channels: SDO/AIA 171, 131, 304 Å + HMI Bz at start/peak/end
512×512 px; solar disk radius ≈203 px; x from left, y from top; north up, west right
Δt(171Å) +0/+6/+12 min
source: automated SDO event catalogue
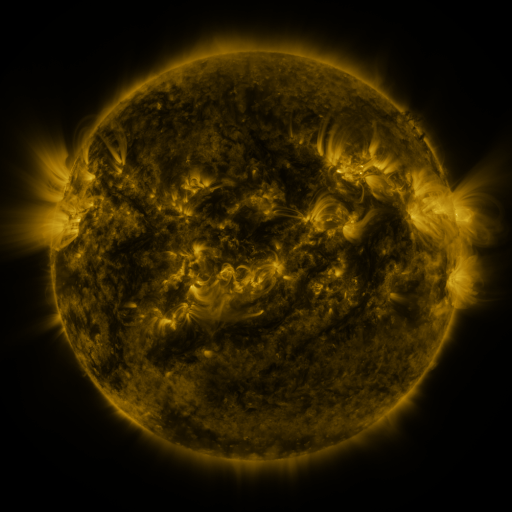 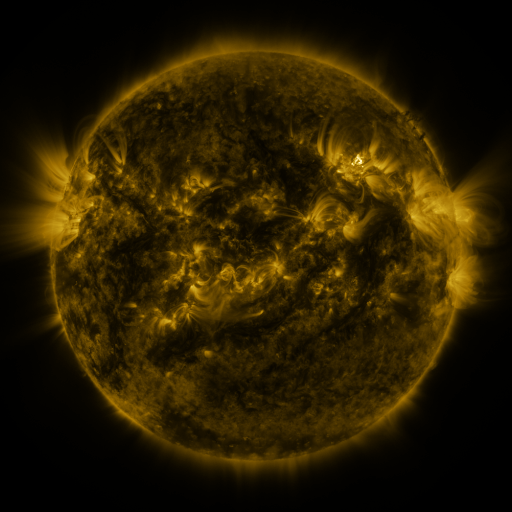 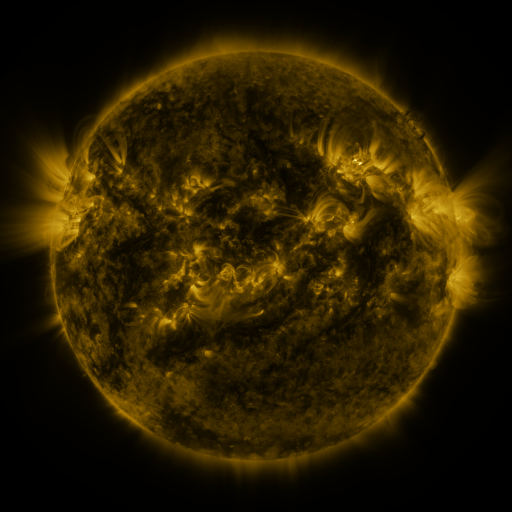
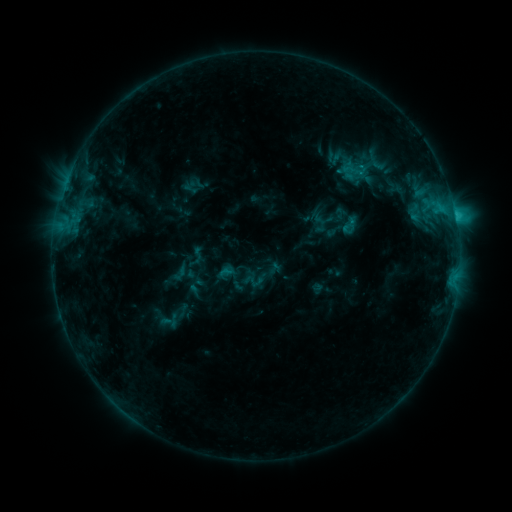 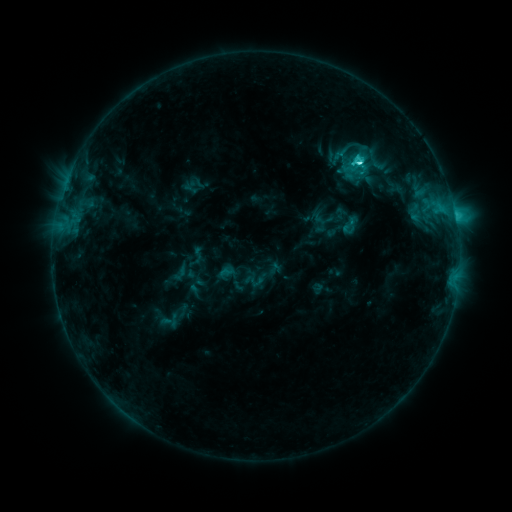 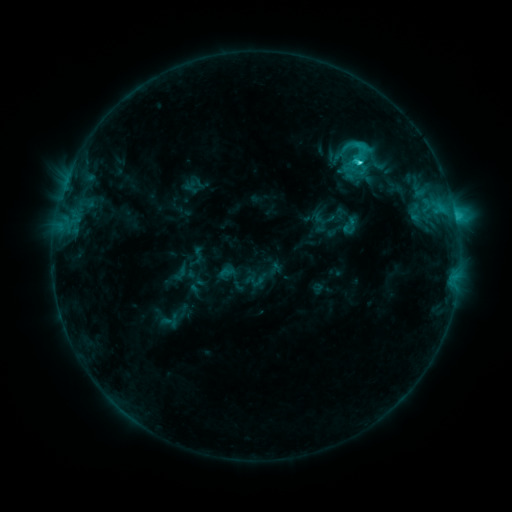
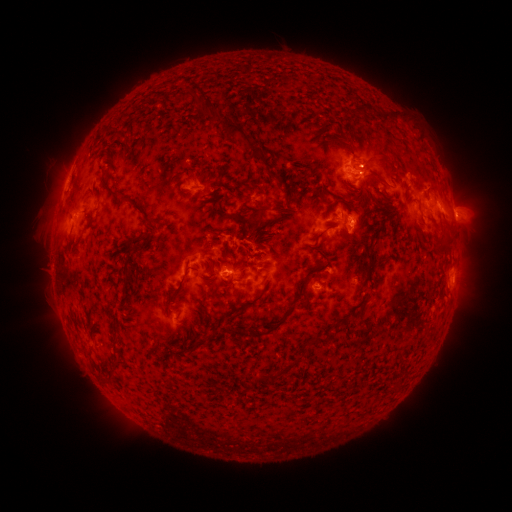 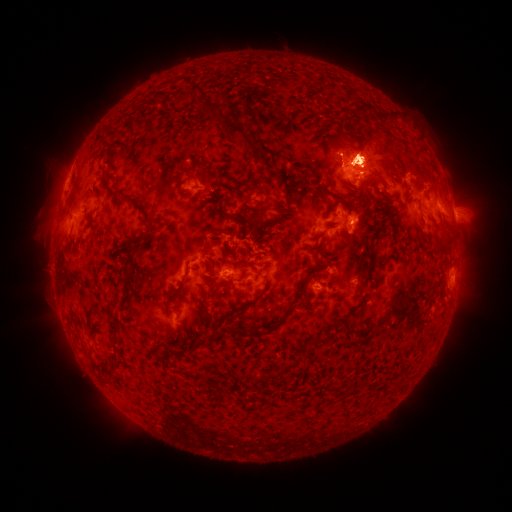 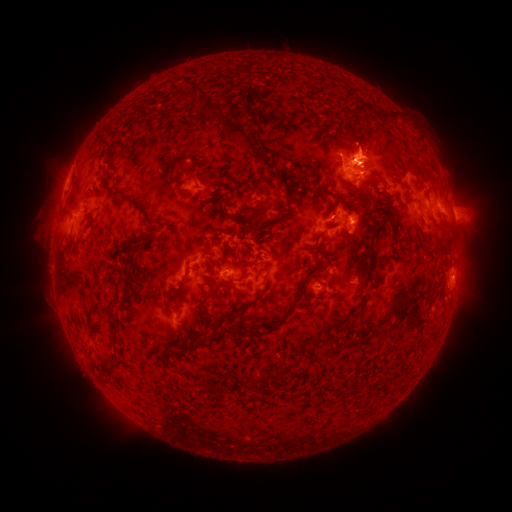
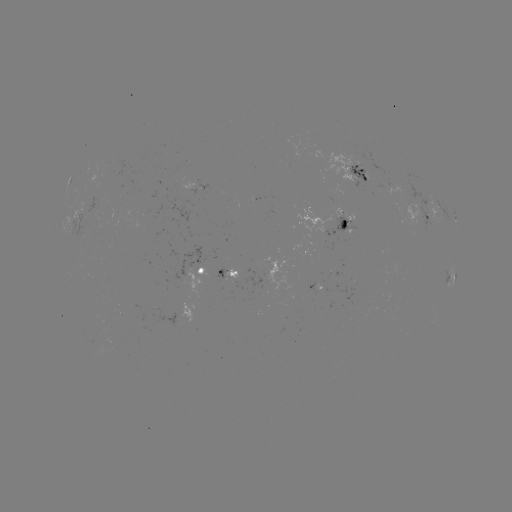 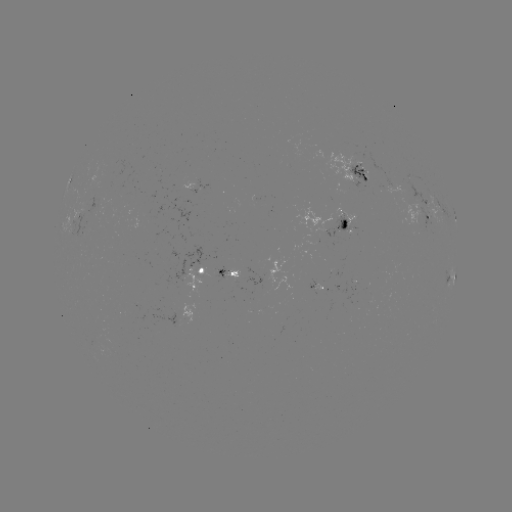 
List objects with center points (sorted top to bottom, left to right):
eruption: (360, 145)
